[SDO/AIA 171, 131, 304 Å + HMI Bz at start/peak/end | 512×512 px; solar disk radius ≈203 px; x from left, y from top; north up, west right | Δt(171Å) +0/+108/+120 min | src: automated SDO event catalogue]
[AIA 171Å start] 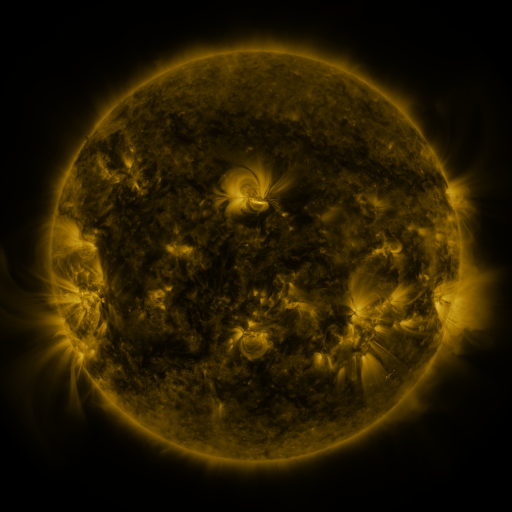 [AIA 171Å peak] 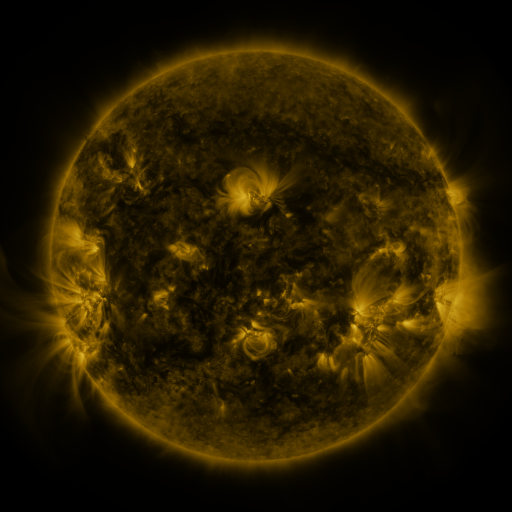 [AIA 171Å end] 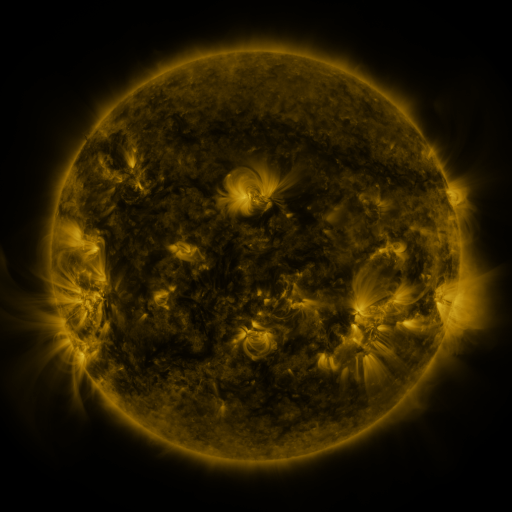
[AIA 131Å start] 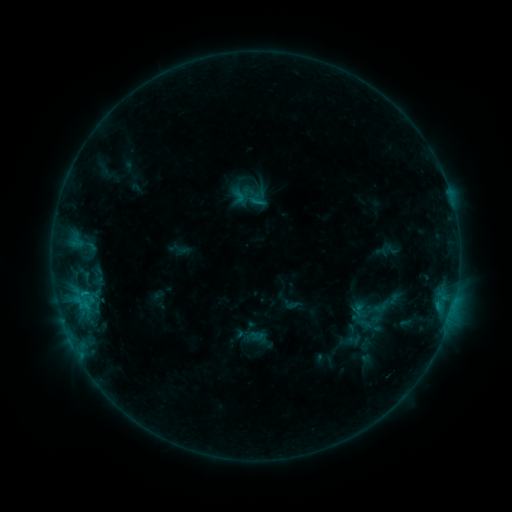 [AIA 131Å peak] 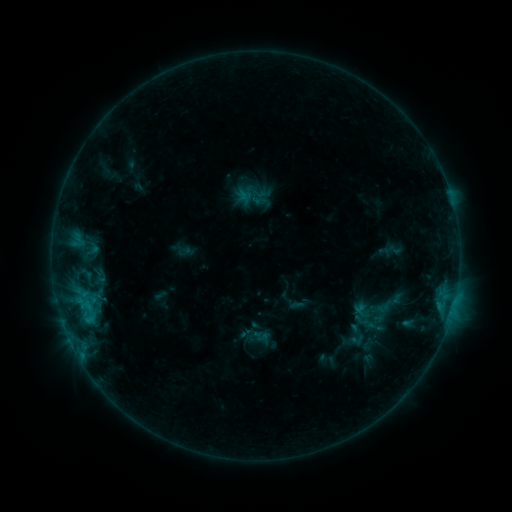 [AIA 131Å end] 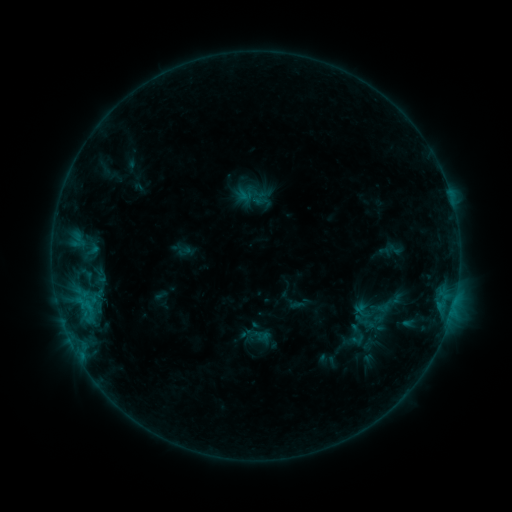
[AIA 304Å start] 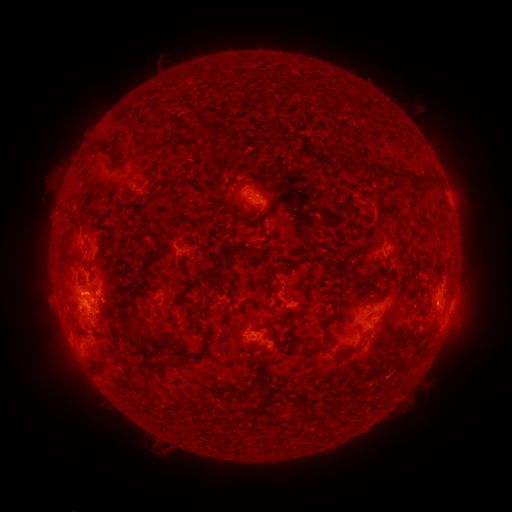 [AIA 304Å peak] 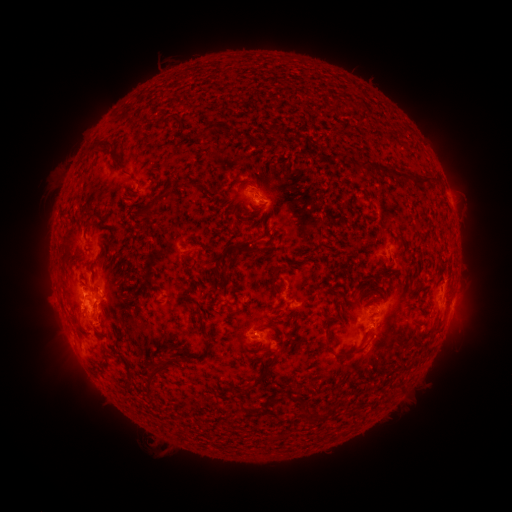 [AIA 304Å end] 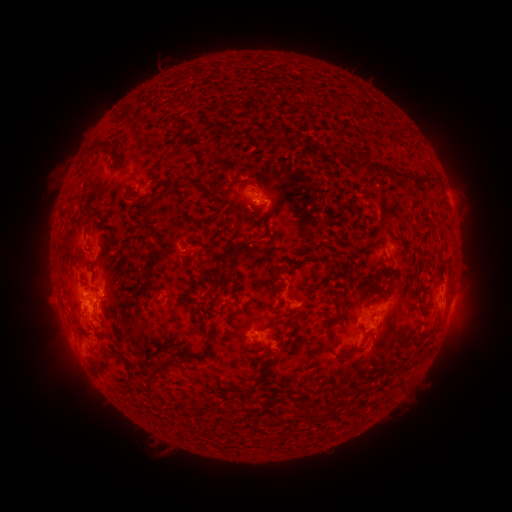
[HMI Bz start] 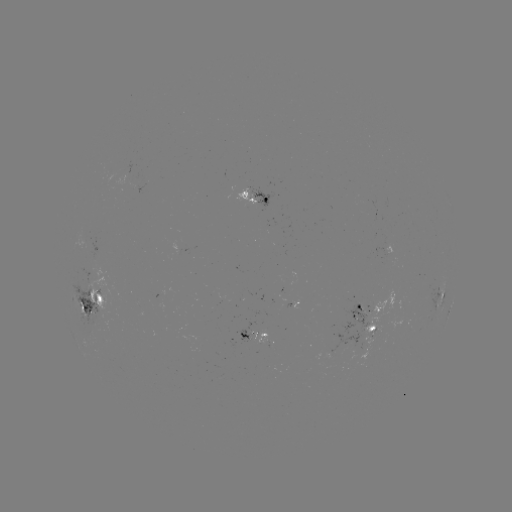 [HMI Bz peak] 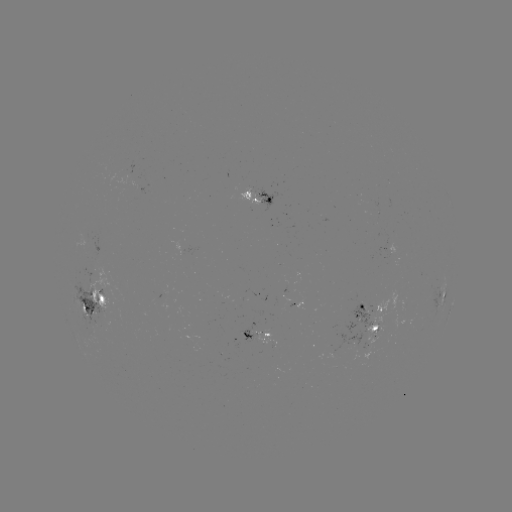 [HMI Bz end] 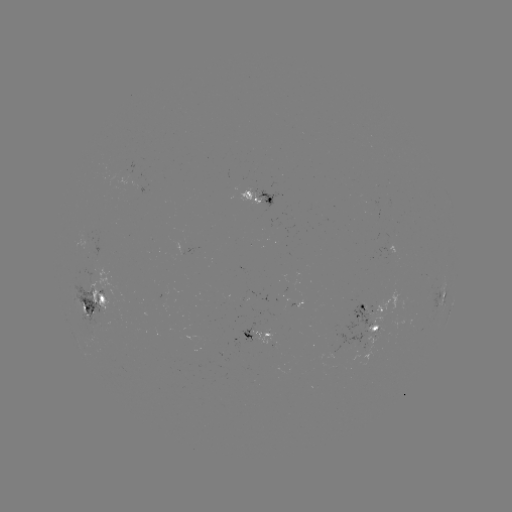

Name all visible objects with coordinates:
emerging-flux region: (84, 239)
